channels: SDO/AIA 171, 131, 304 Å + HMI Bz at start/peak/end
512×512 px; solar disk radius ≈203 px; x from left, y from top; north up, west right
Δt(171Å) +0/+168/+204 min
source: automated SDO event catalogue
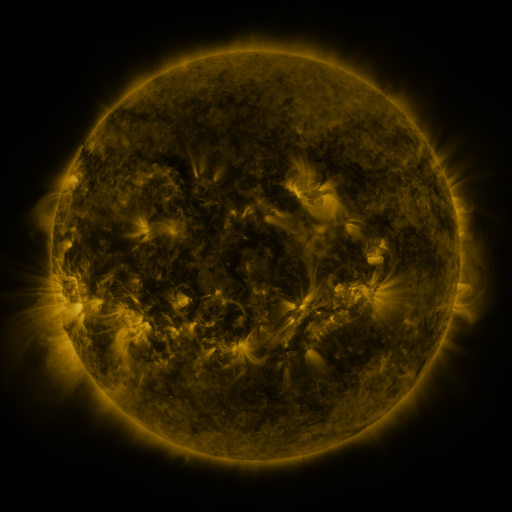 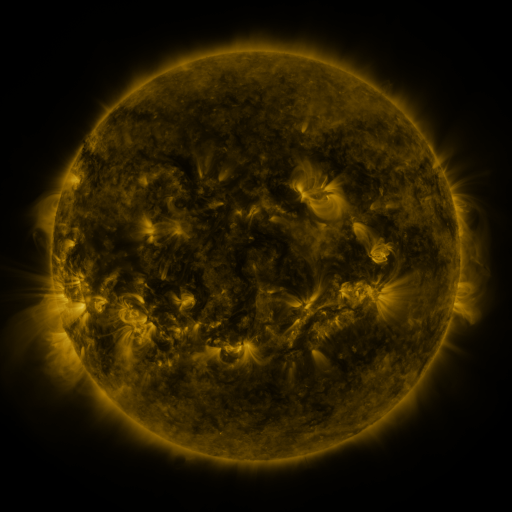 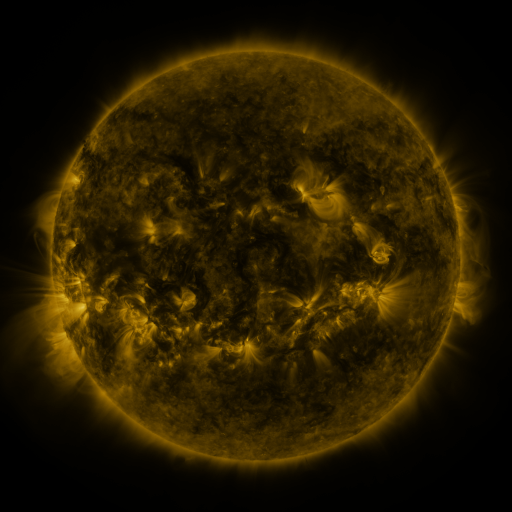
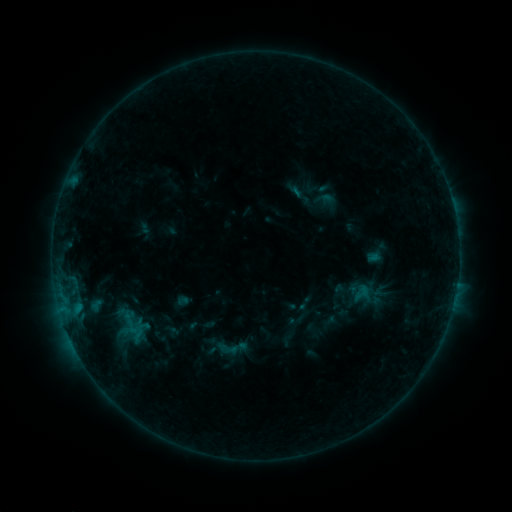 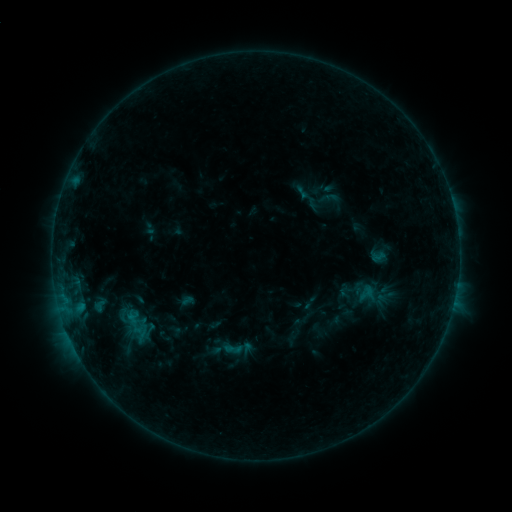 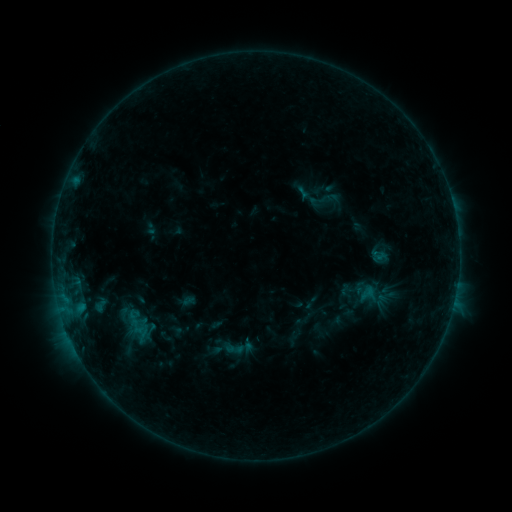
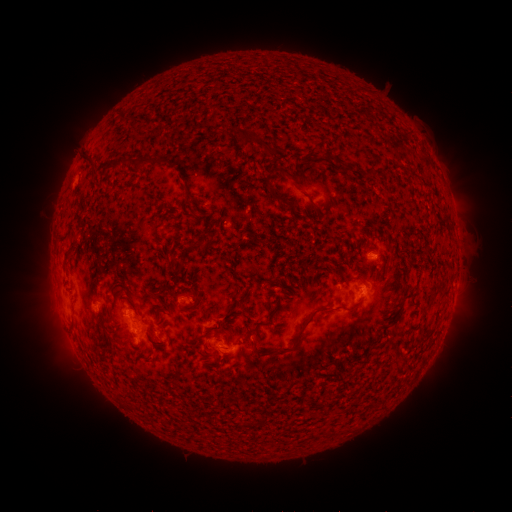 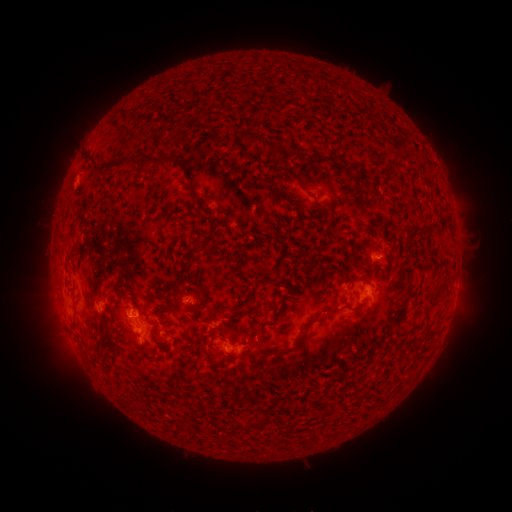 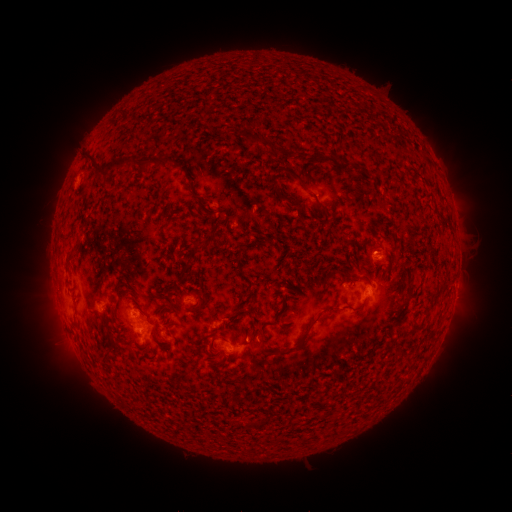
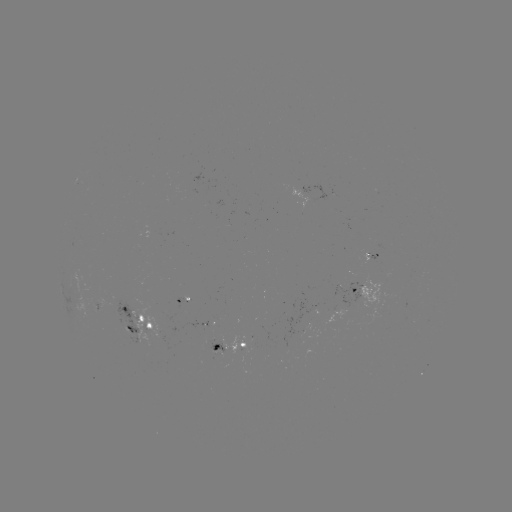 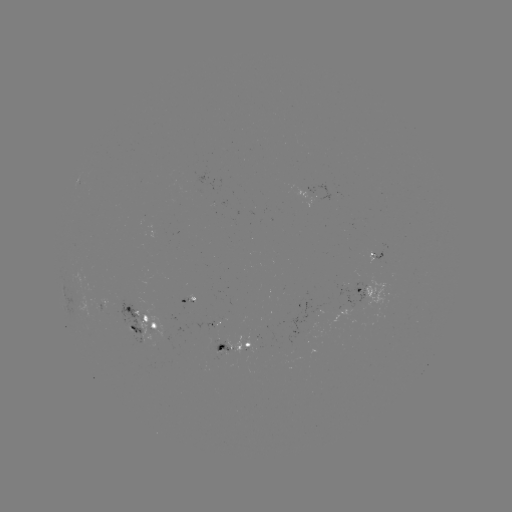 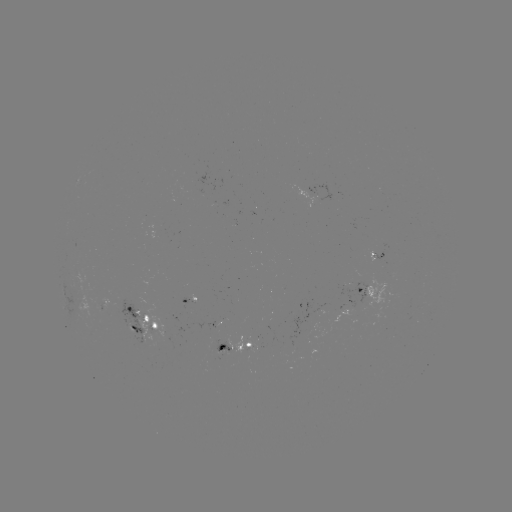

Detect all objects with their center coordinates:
emerging-flux region: (223, 350)
